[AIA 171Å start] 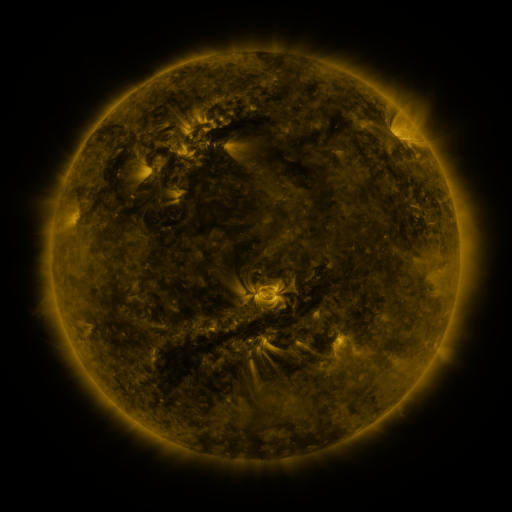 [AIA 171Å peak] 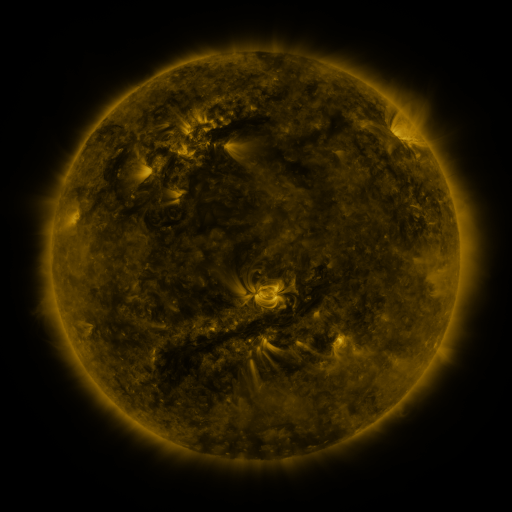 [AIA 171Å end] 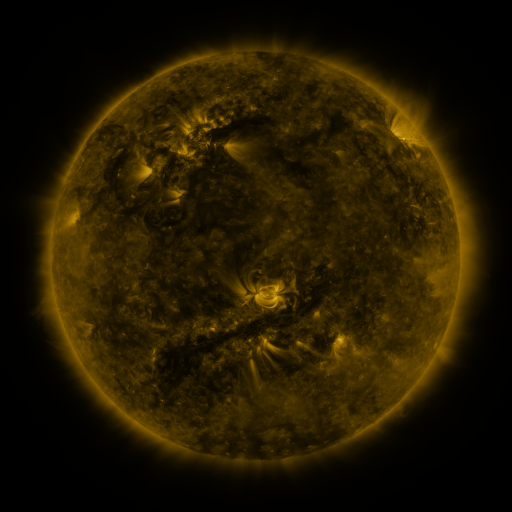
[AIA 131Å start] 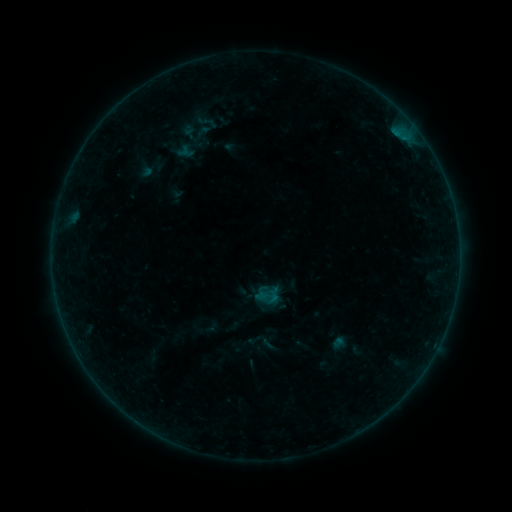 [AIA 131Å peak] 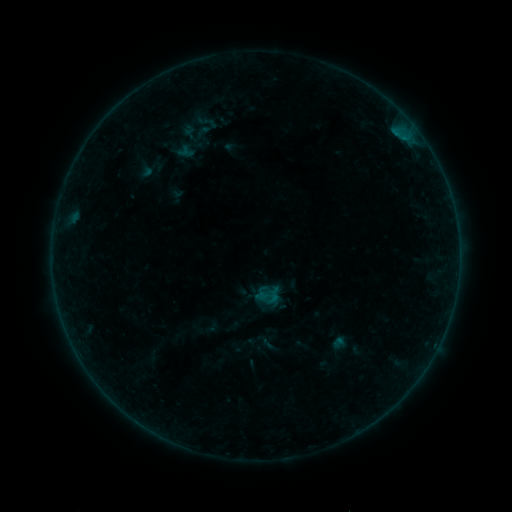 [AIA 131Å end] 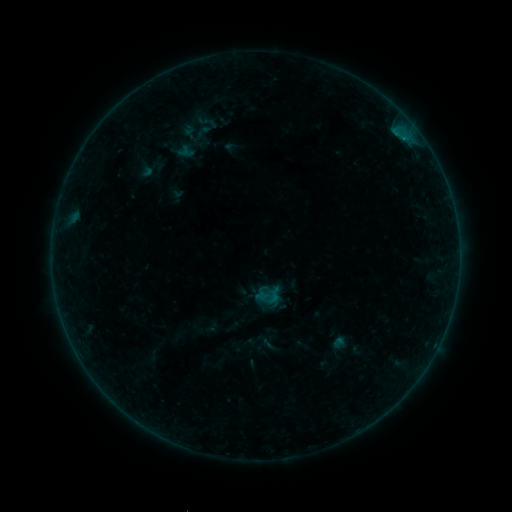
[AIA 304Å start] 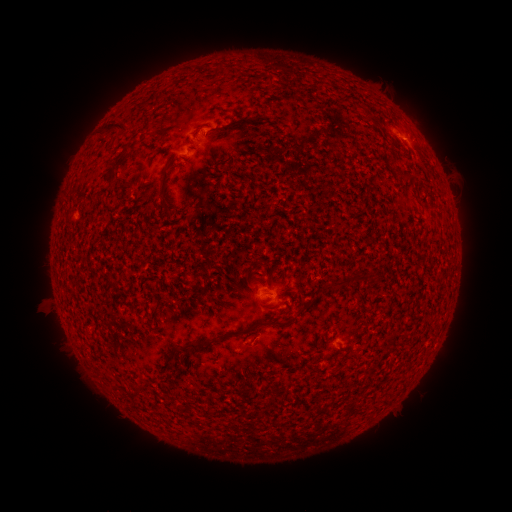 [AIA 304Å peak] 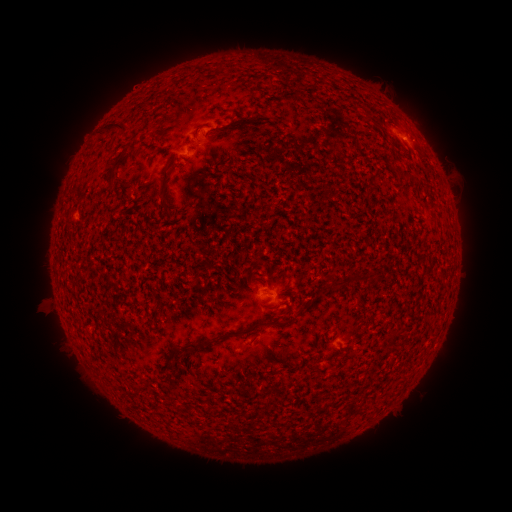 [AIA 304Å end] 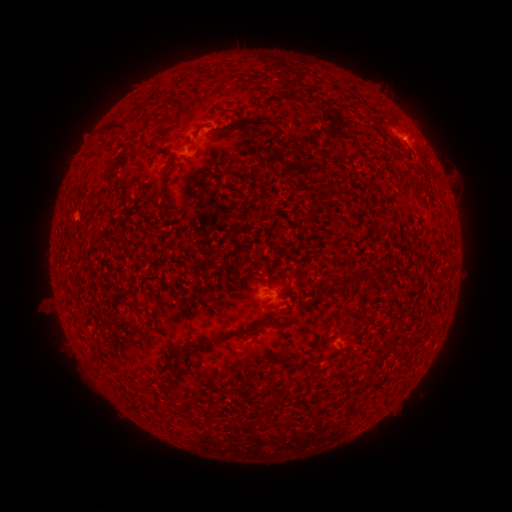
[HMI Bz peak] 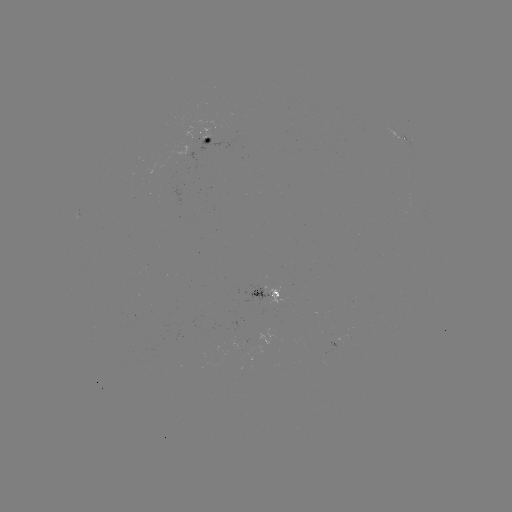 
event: flare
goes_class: B1.9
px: (403, 140)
